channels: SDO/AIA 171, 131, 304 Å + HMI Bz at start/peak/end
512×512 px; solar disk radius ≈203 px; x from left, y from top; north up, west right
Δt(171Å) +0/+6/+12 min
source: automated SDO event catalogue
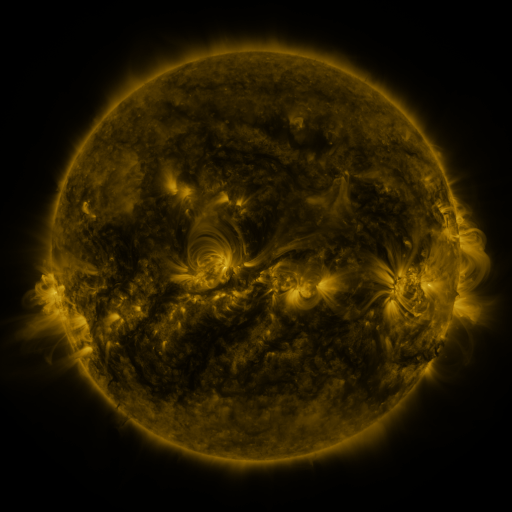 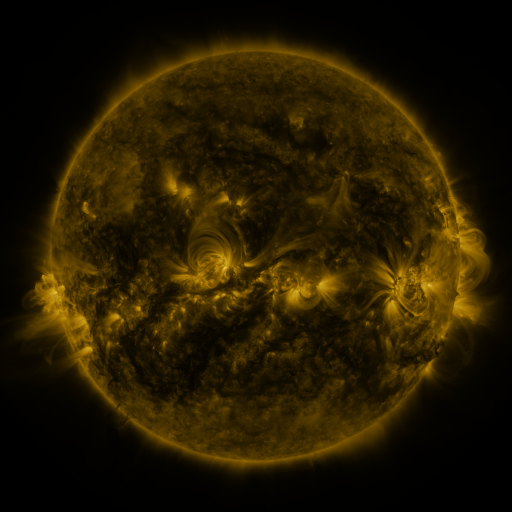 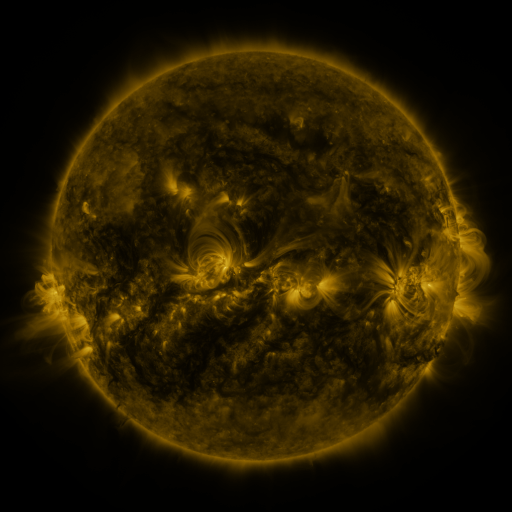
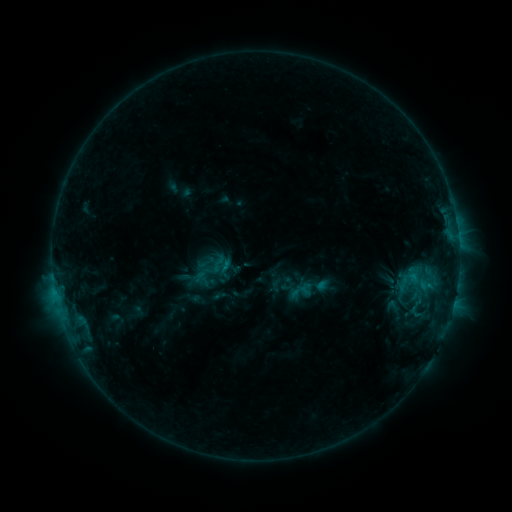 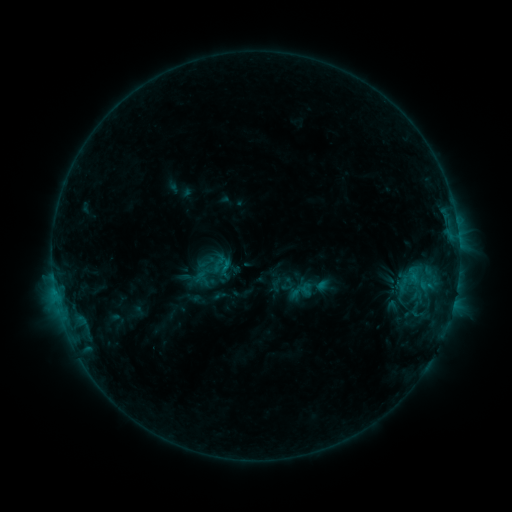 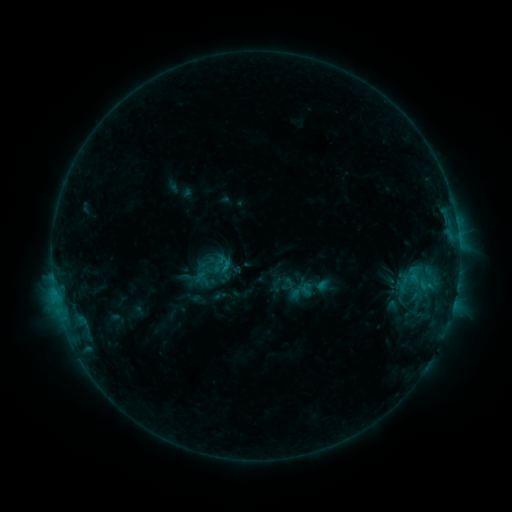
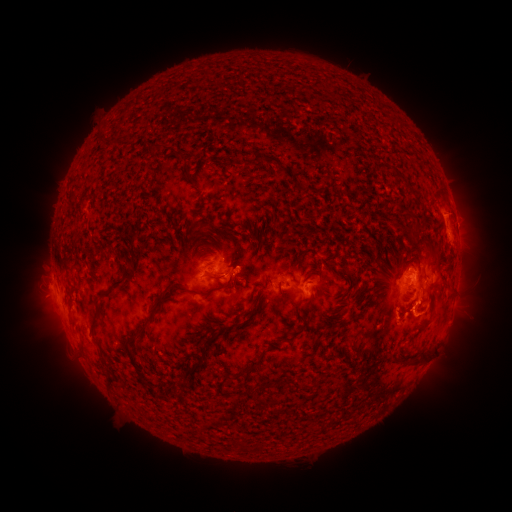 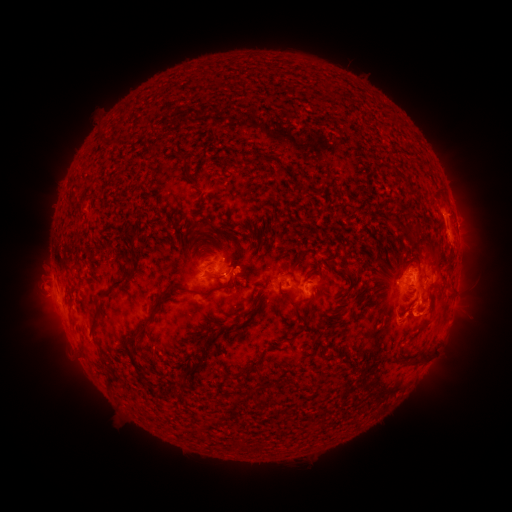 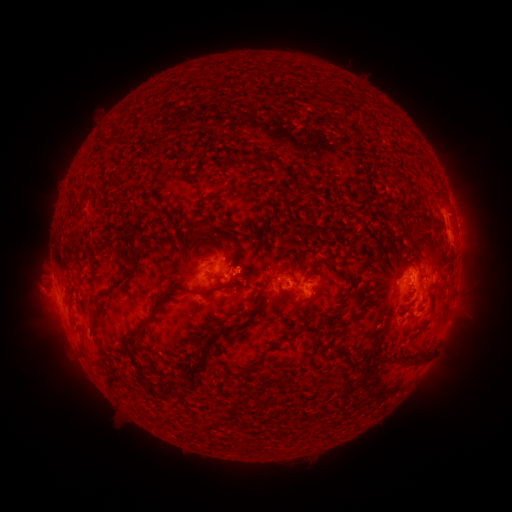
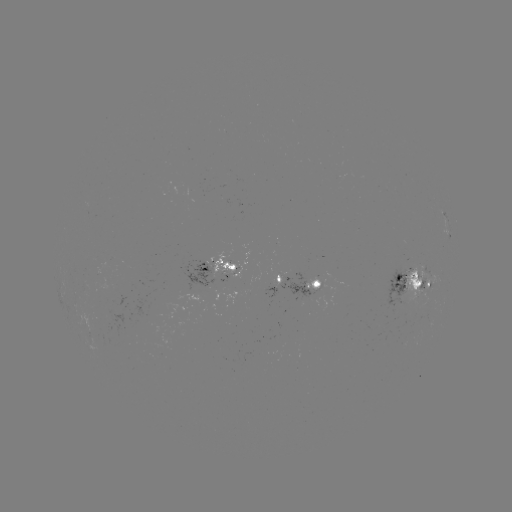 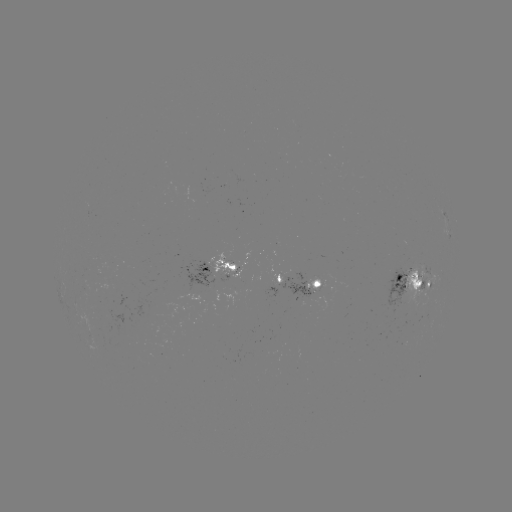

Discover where eruption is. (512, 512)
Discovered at (428, 314).